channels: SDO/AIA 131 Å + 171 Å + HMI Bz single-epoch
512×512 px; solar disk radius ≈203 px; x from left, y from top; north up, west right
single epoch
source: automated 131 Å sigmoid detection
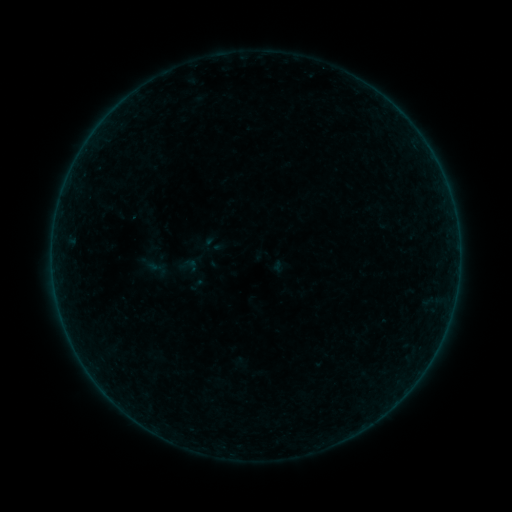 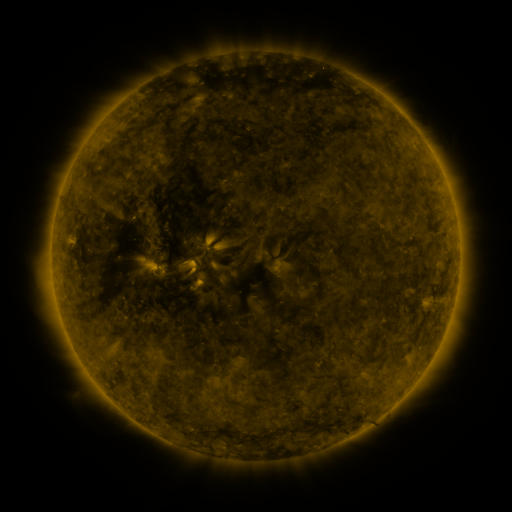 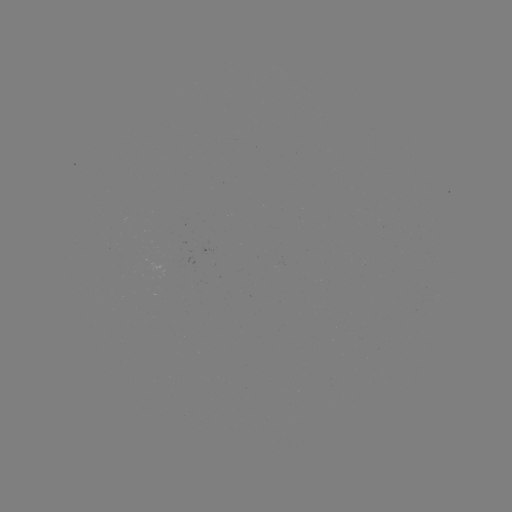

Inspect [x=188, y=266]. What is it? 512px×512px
sigmoid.